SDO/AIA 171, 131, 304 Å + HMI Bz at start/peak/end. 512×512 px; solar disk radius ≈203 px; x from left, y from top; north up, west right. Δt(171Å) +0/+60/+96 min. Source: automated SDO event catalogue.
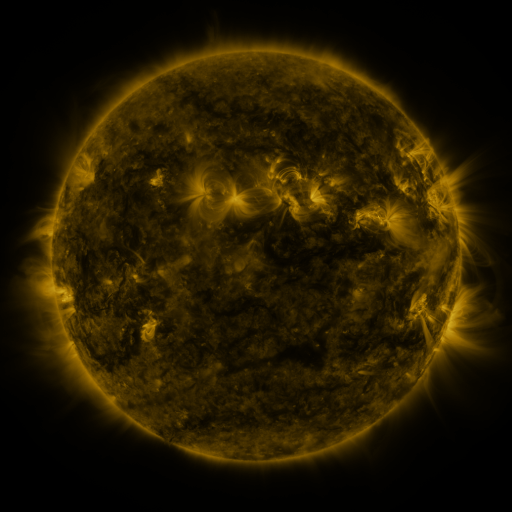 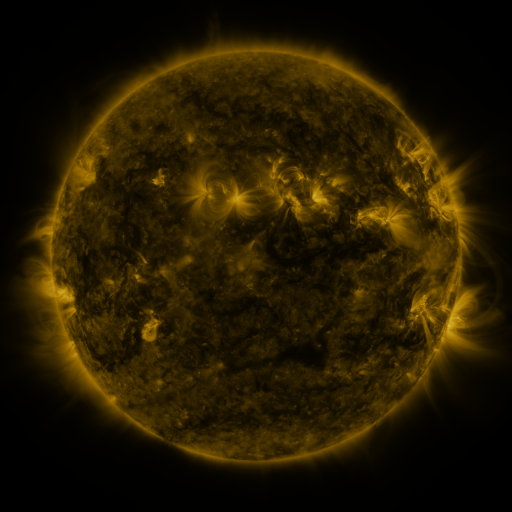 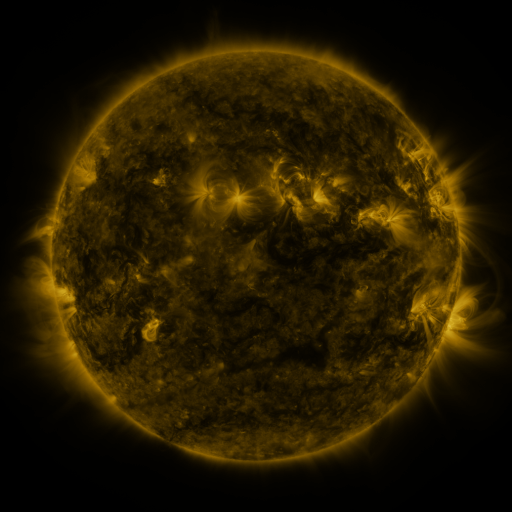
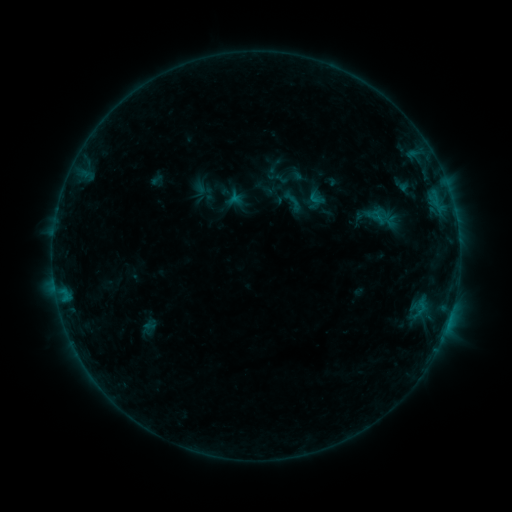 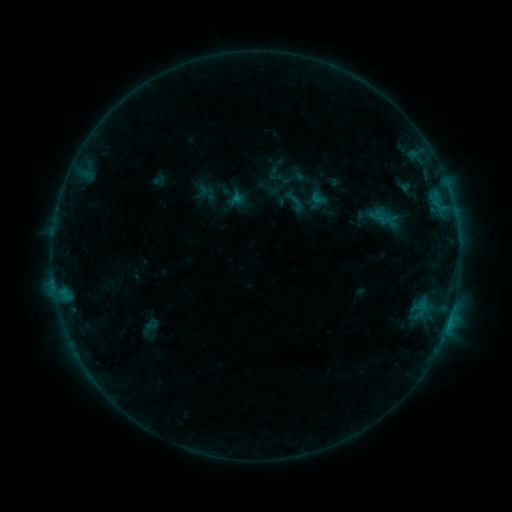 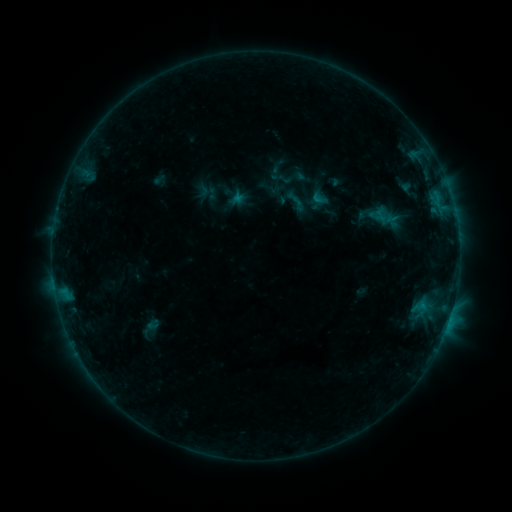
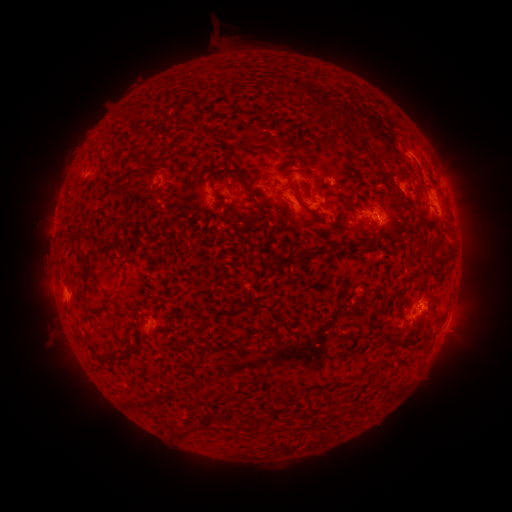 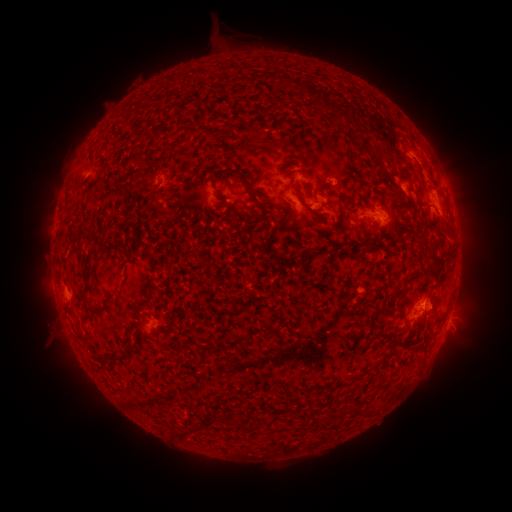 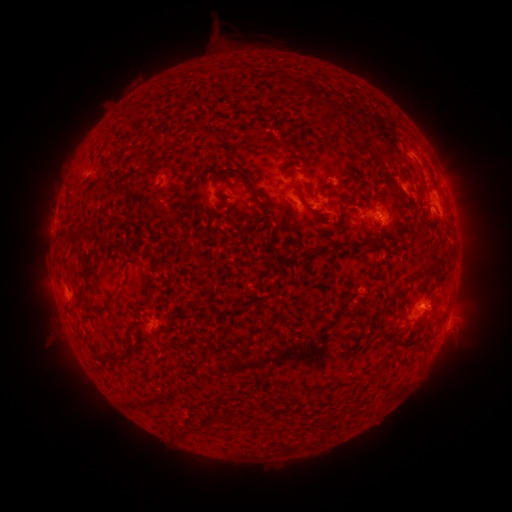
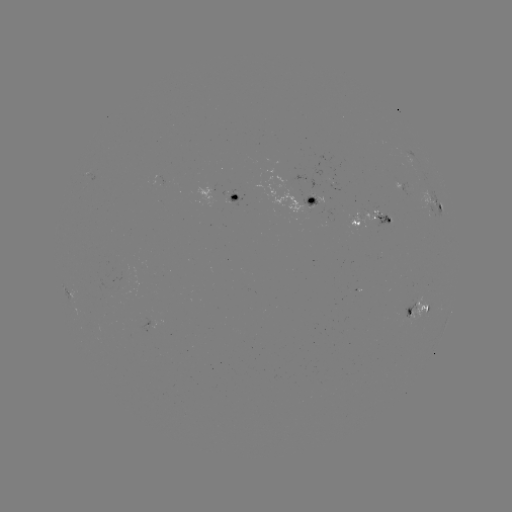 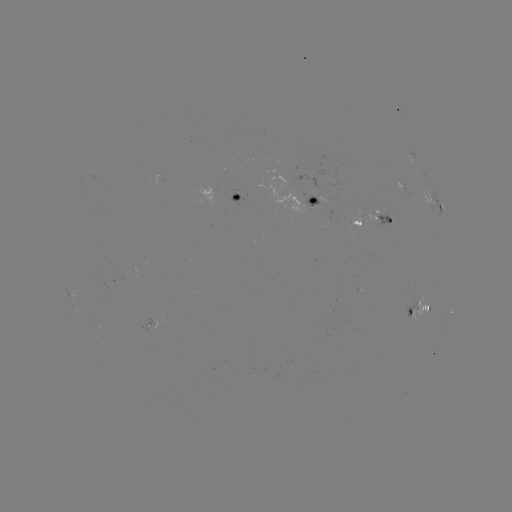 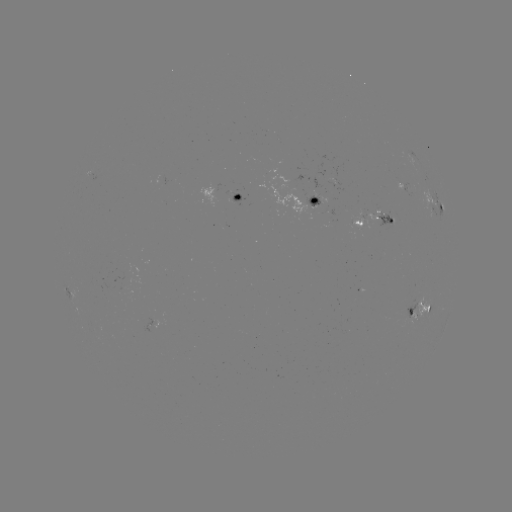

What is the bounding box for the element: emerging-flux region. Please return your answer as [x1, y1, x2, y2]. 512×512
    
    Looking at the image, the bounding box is [362, 209, 380, 225].